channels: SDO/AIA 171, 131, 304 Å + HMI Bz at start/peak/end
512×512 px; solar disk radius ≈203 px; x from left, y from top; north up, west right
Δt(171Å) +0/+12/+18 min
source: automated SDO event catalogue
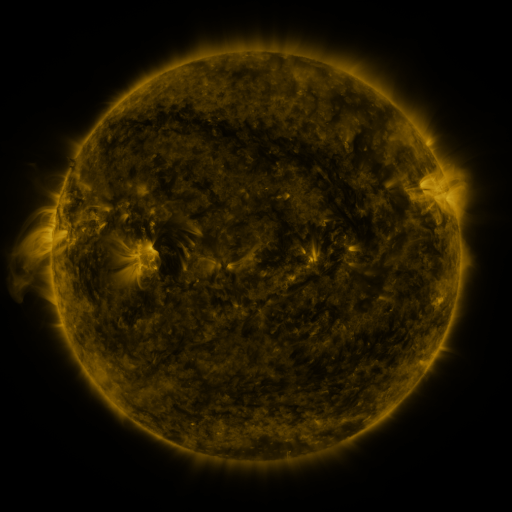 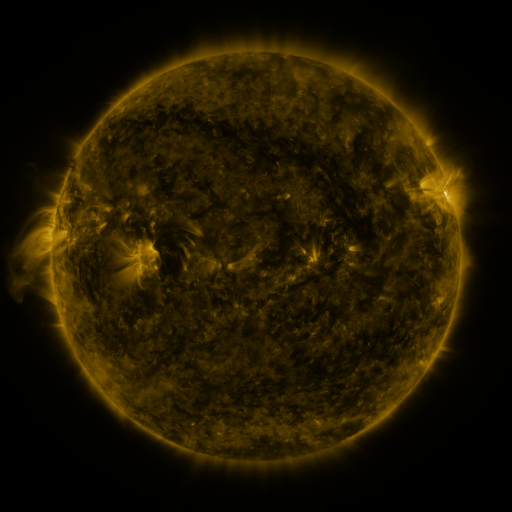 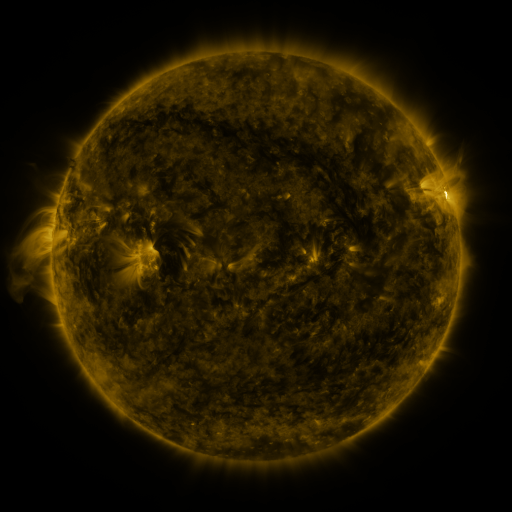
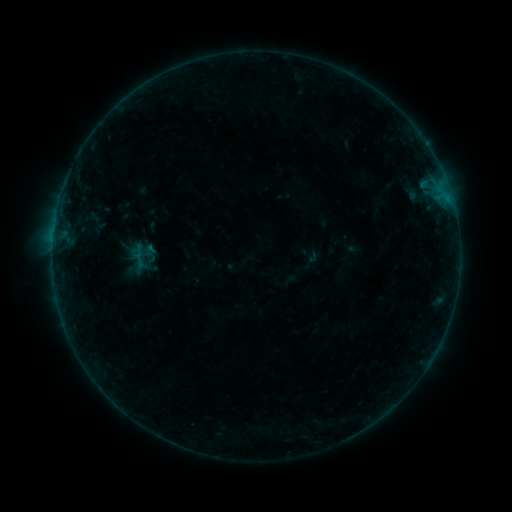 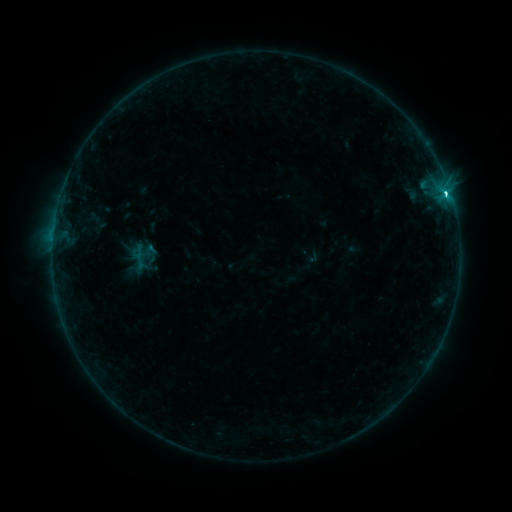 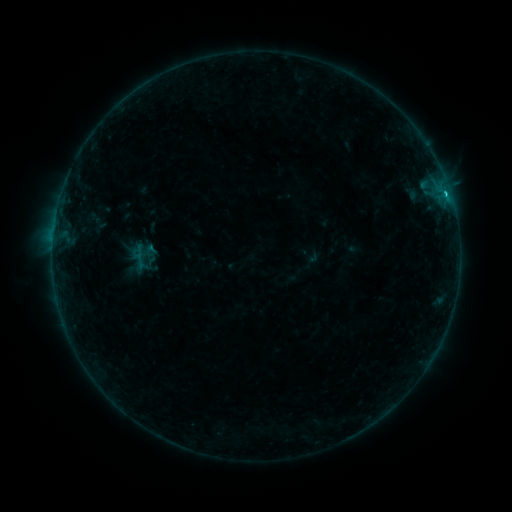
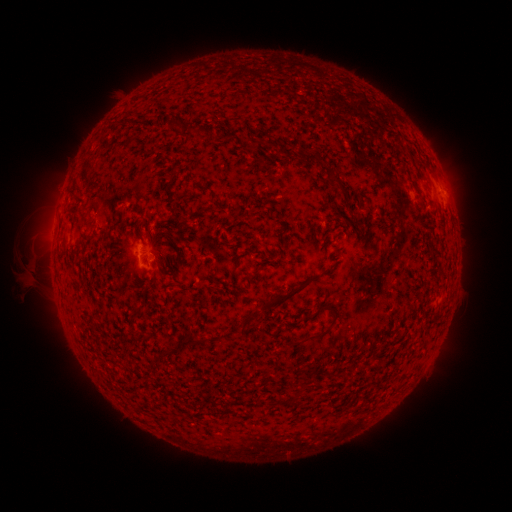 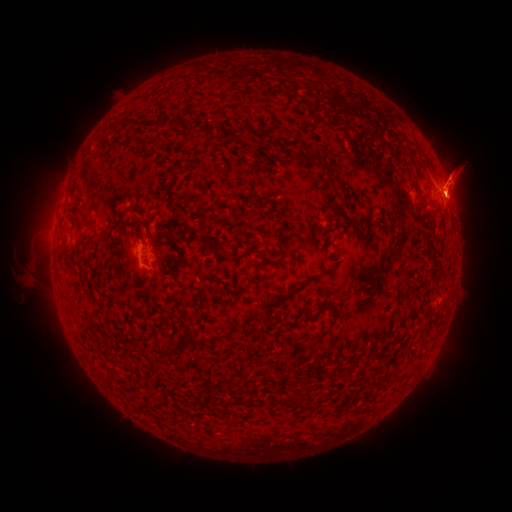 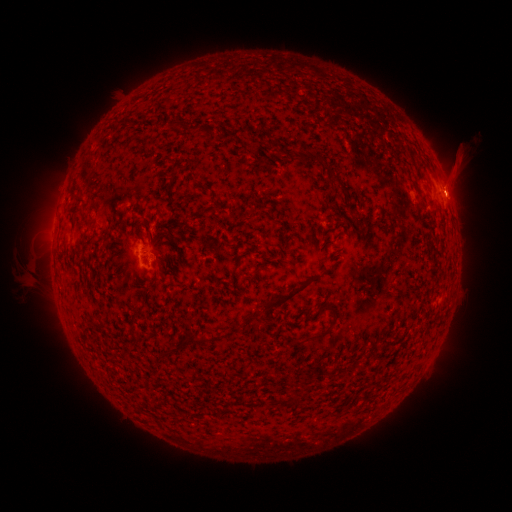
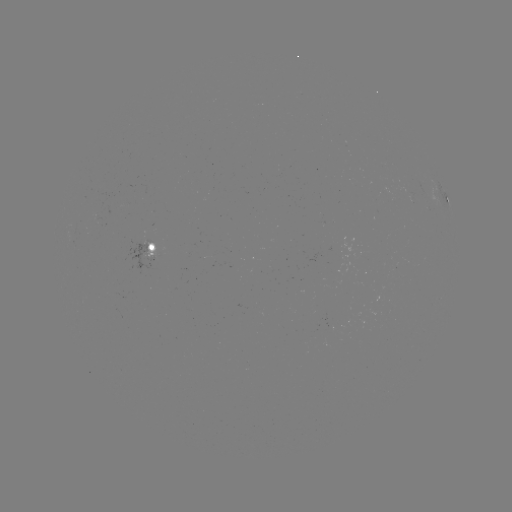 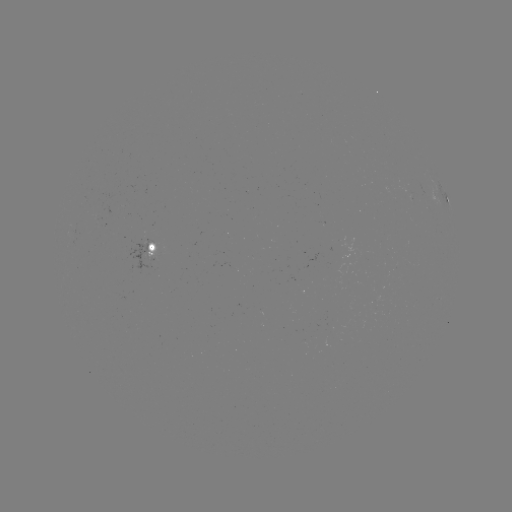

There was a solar flare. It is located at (445, 194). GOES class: C2.1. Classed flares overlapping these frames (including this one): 1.